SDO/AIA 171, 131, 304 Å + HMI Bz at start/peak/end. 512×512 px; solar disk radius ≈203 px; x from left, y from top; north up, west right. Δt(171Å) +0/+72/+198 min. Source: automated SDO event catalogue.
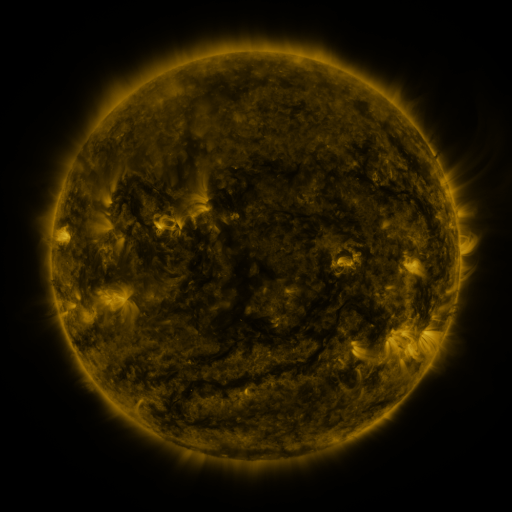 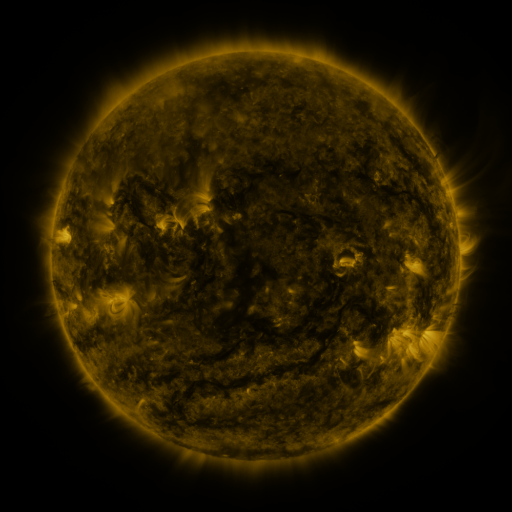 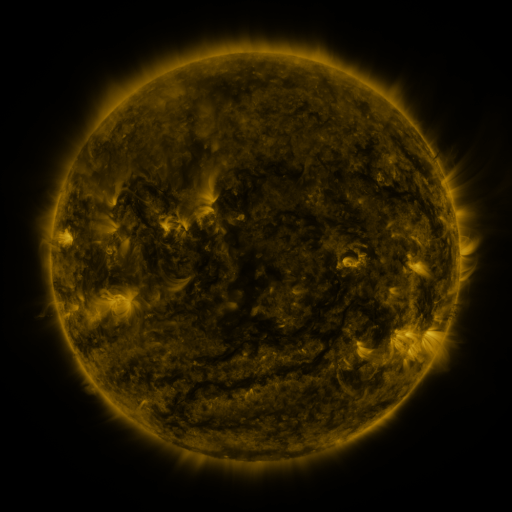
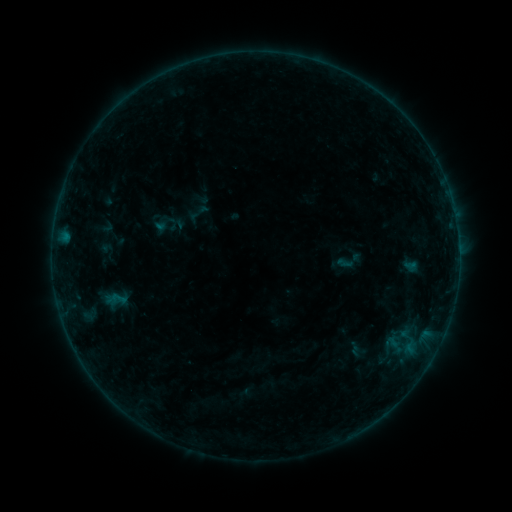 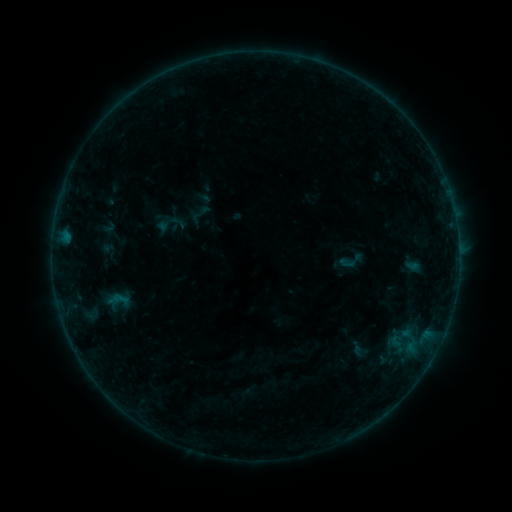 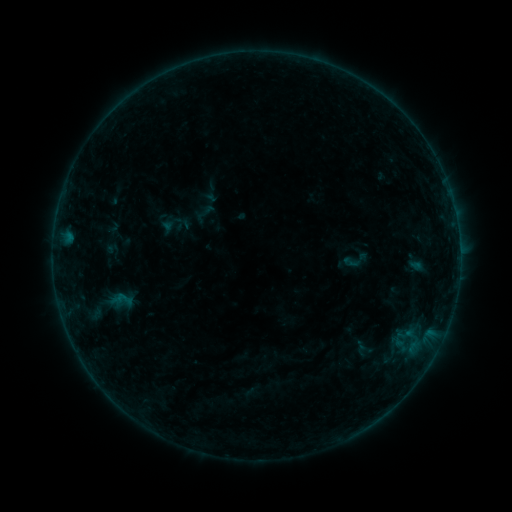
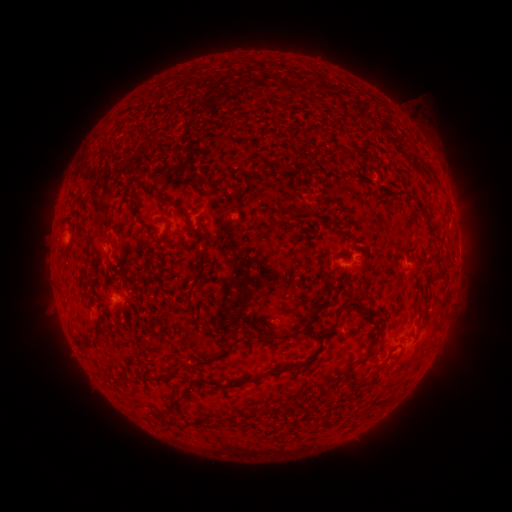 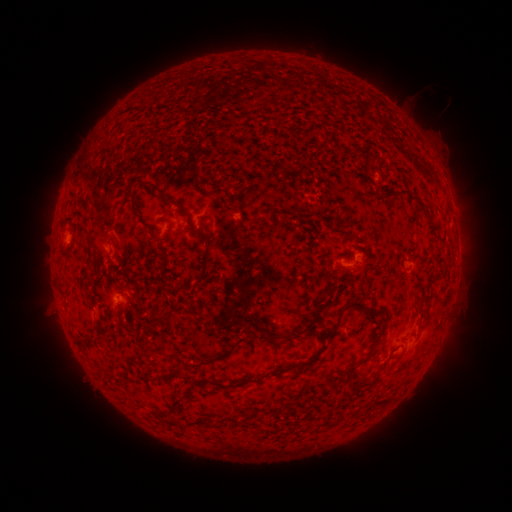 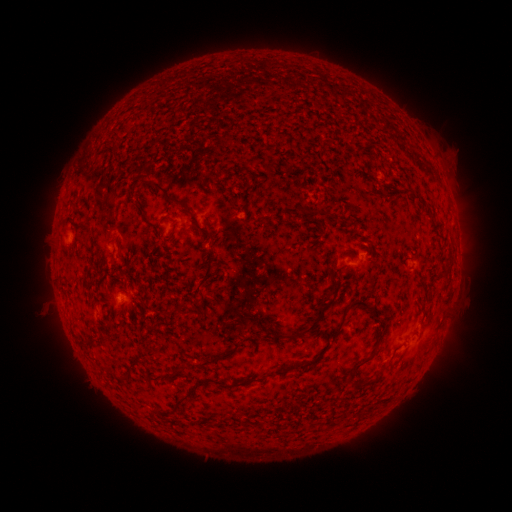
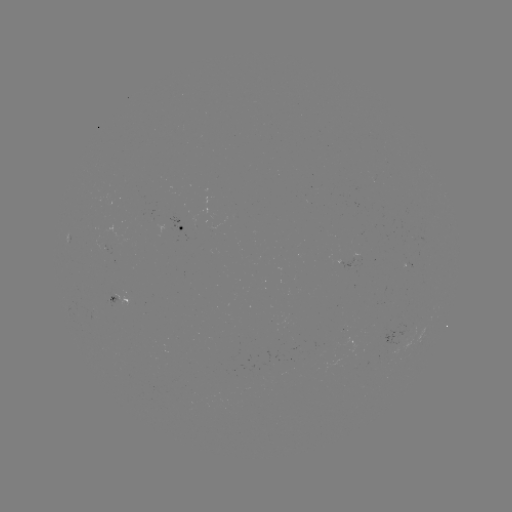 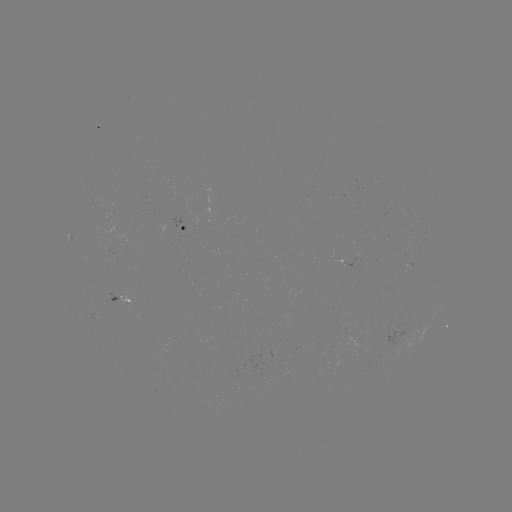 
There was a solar emerging-flux region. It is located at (121, 294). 